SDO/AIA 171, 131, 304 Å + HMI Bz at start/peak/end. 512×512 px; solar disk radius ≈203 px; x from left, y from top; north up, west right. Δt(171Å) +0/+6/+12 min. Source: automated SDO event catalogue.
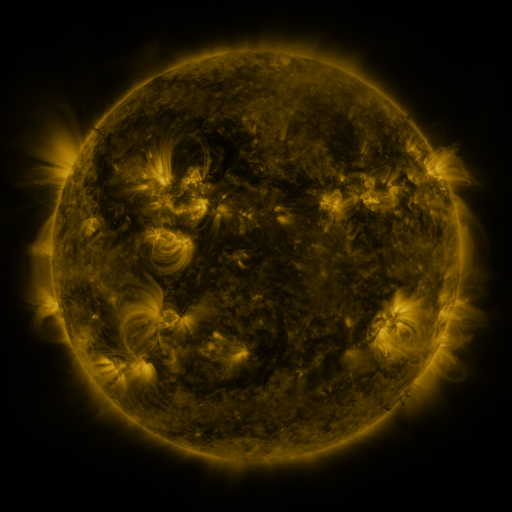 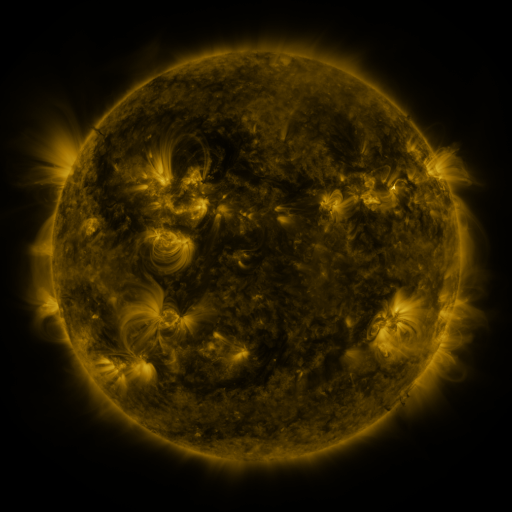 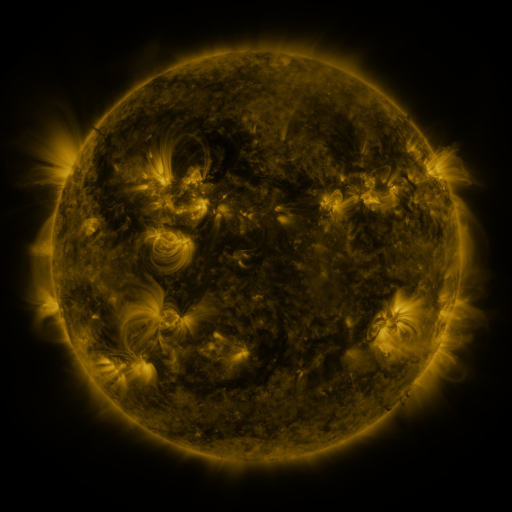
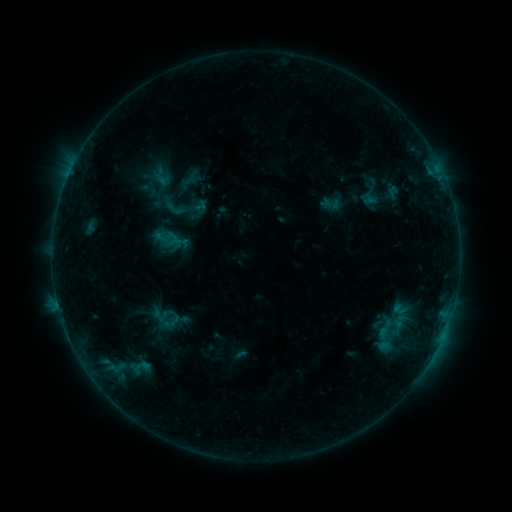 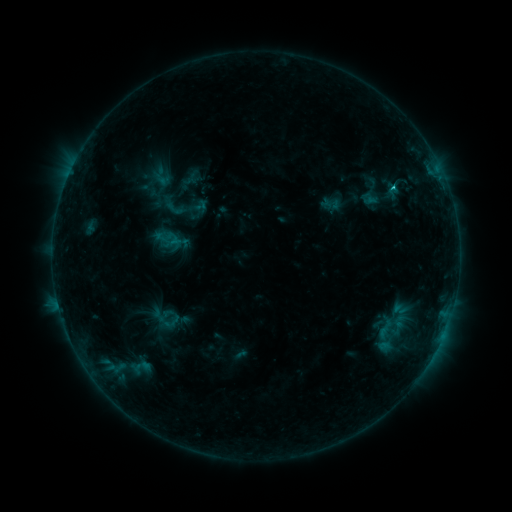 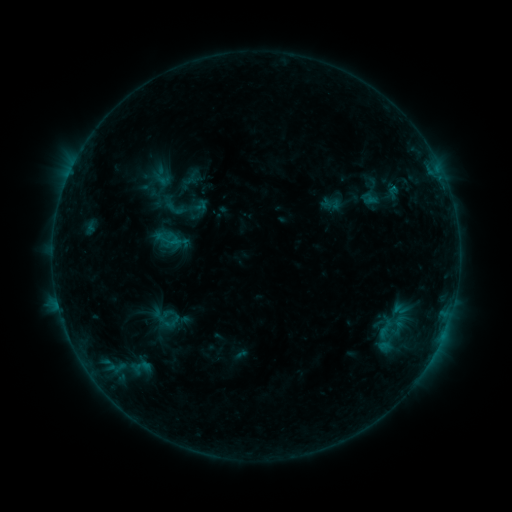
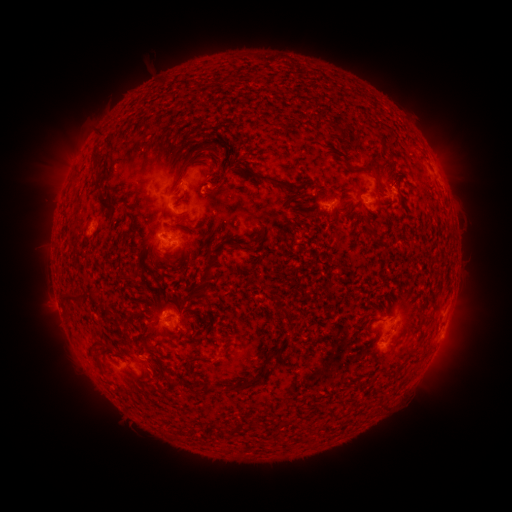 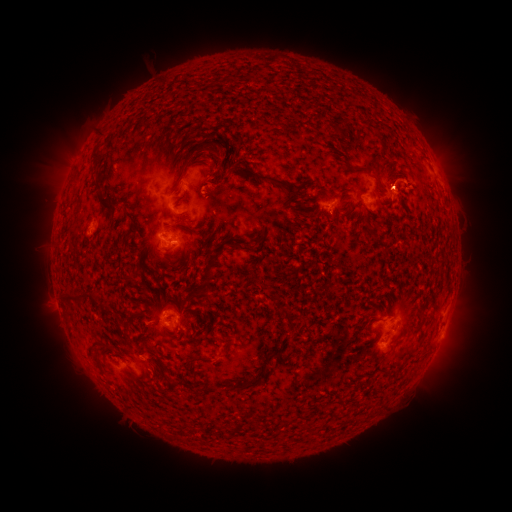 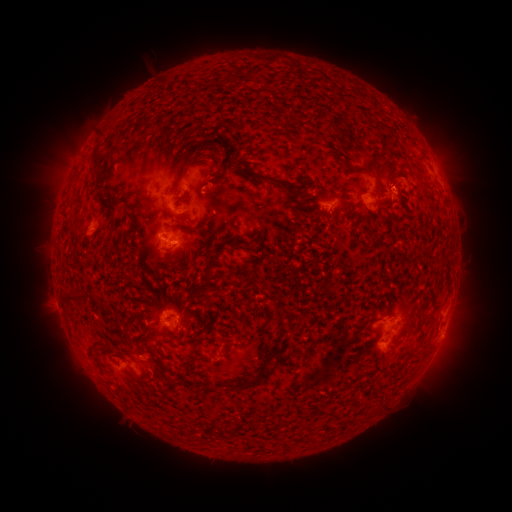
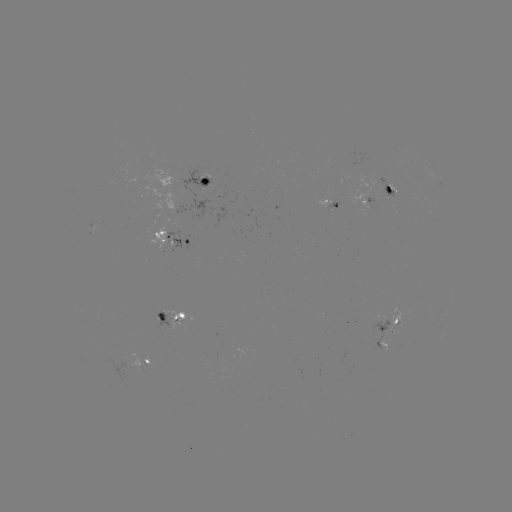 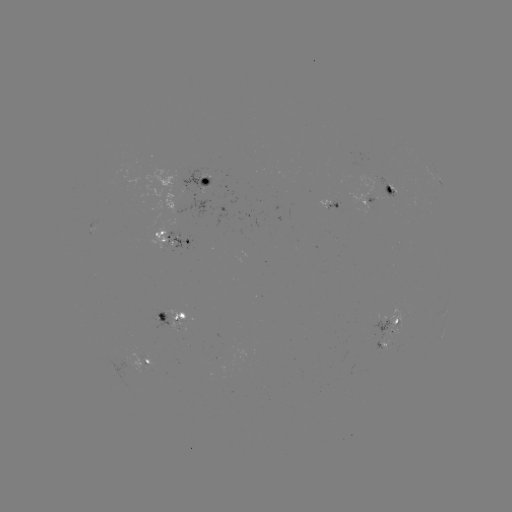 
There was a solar flare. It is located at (393, 190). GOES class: B7.1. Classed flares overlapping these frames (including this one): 1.